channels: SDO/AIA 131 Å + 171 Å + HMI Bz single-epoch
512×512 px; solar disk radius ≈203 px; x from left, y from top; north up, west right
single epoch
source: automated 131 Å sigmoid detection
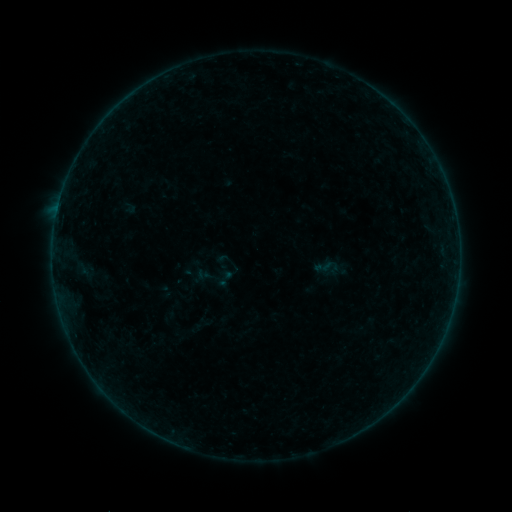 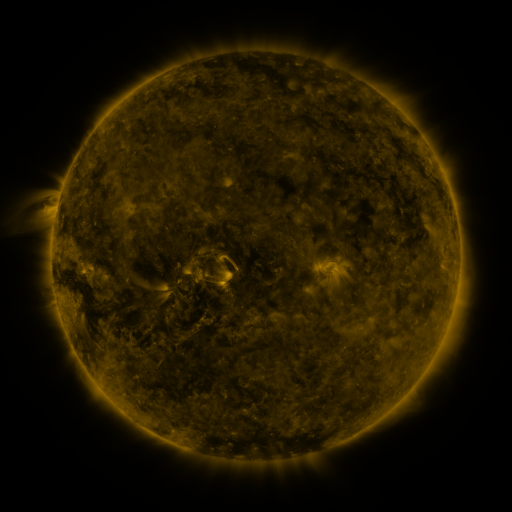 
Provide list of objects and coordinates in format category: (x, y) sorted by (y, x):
sigmoid: (225, 278)
